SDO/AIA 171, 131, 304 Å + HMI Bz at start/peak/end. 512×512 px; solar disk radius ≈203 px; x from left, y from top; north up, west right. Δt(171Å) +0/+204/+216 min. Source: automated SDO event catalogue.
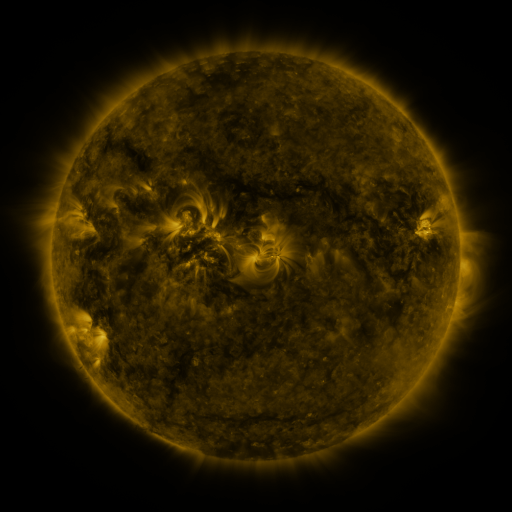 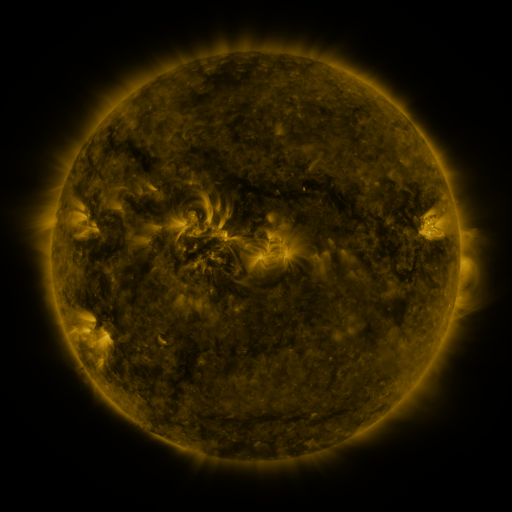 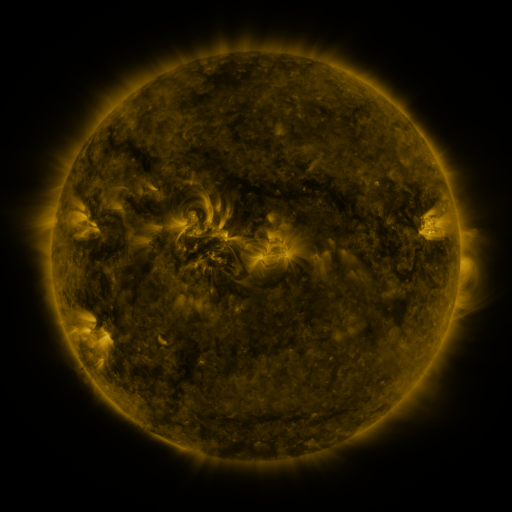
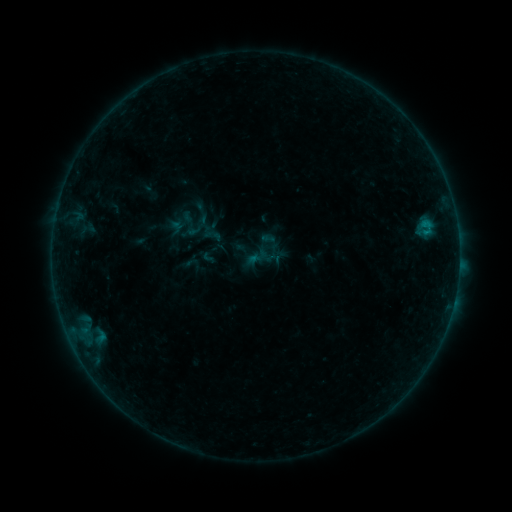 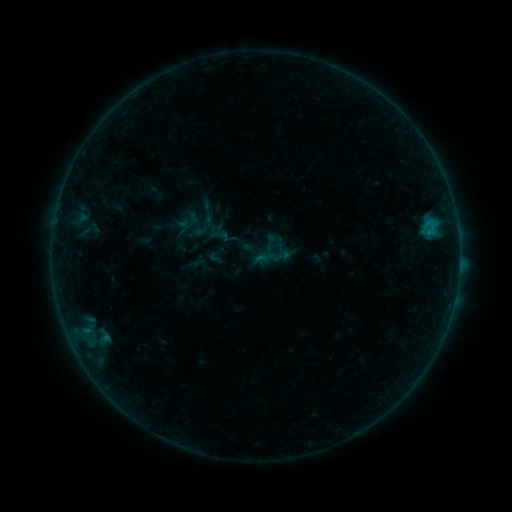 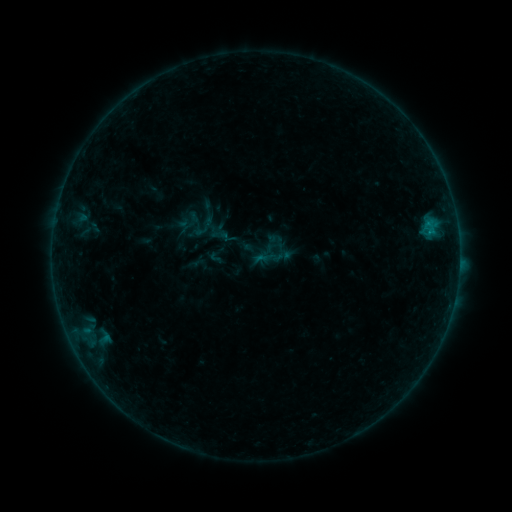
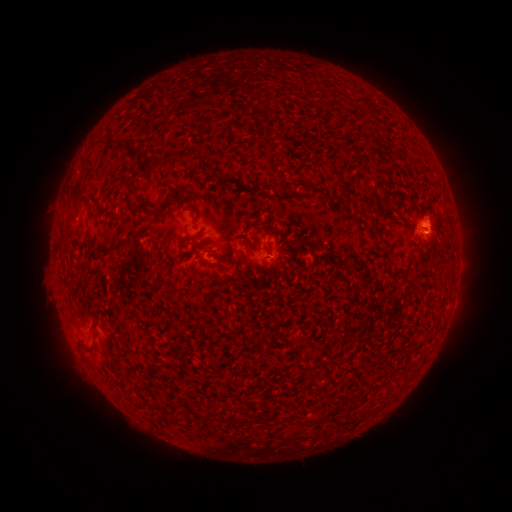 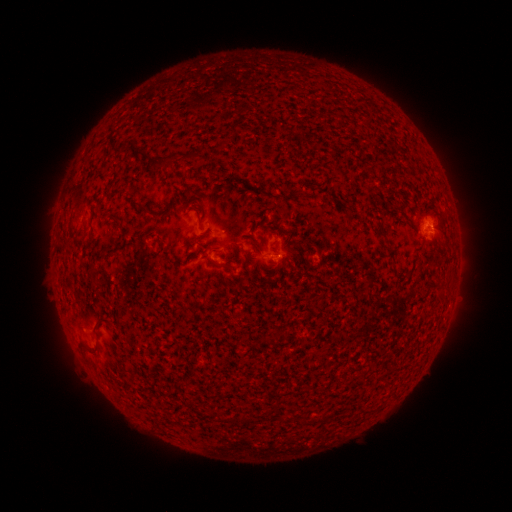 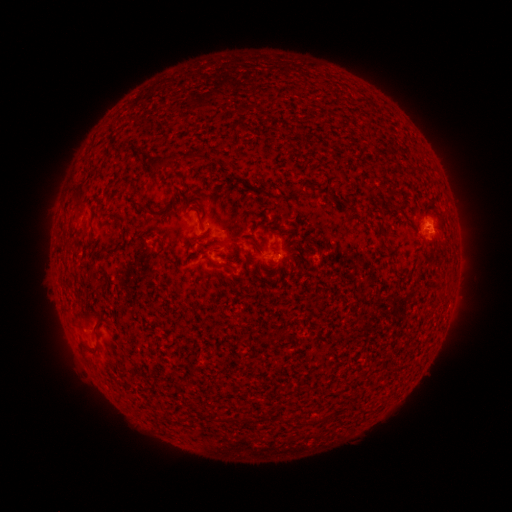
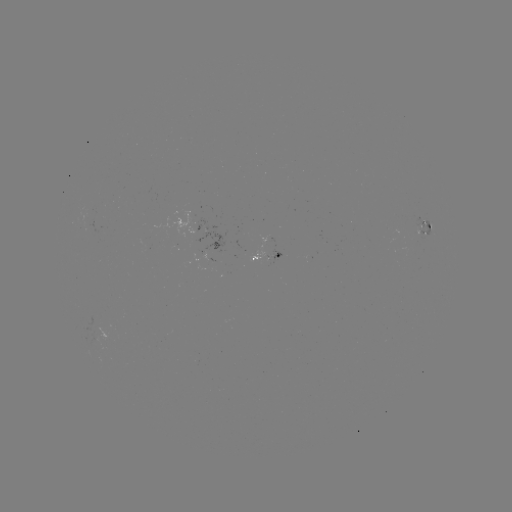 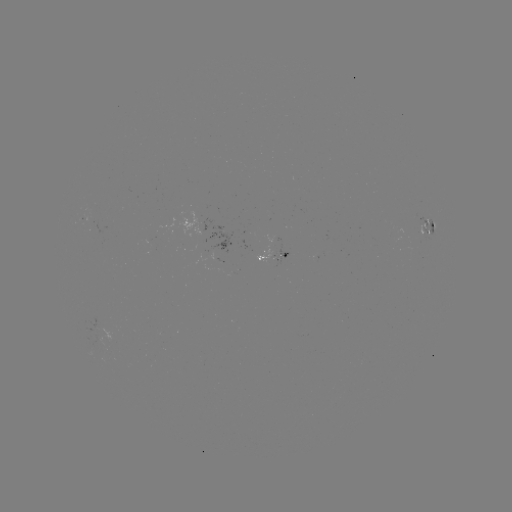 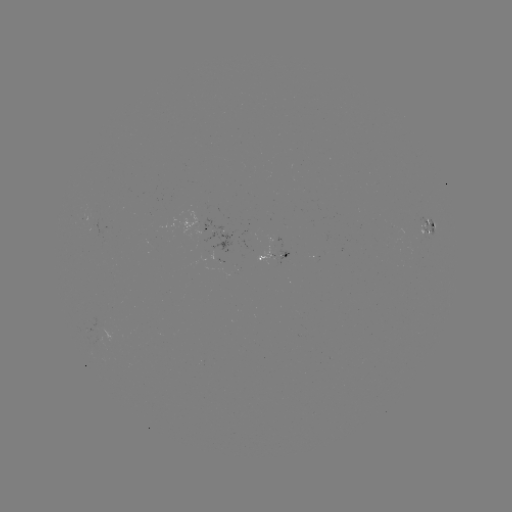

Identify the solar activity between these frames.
emerging-flux region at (262, 254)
